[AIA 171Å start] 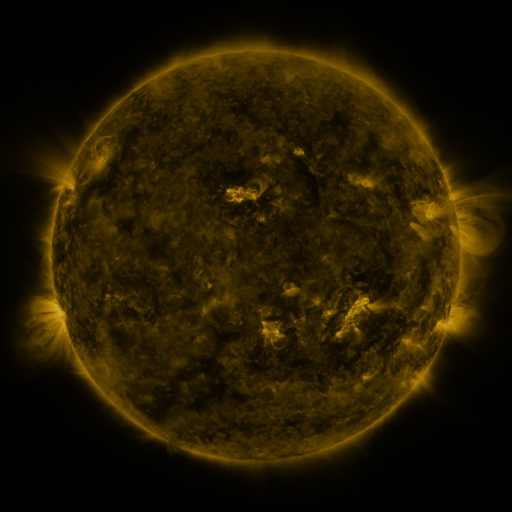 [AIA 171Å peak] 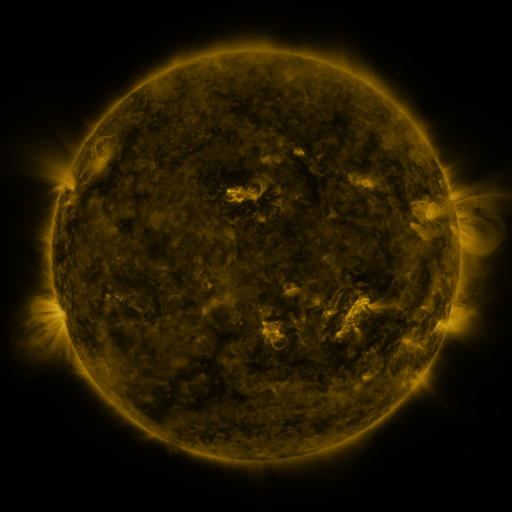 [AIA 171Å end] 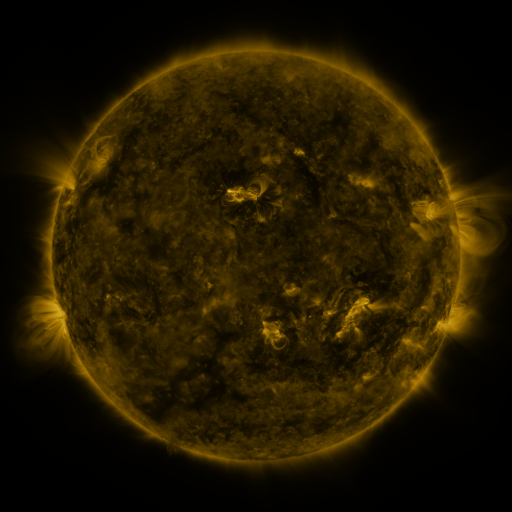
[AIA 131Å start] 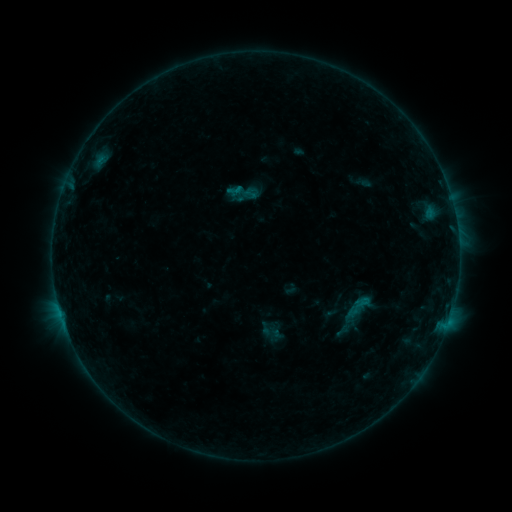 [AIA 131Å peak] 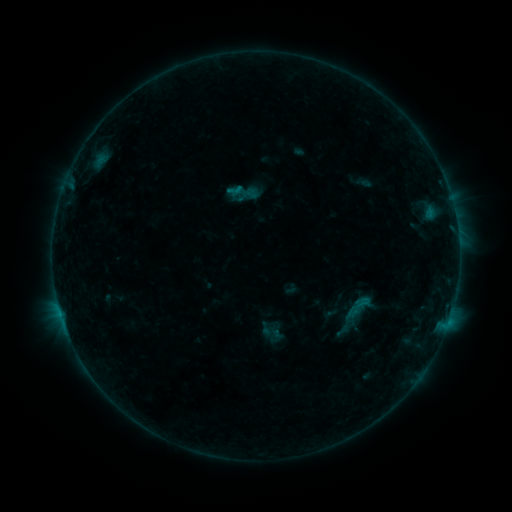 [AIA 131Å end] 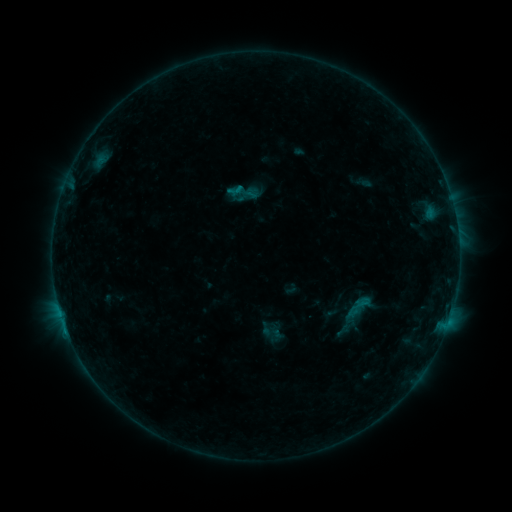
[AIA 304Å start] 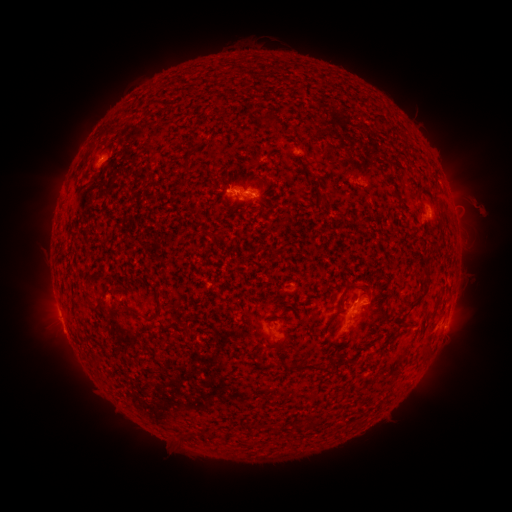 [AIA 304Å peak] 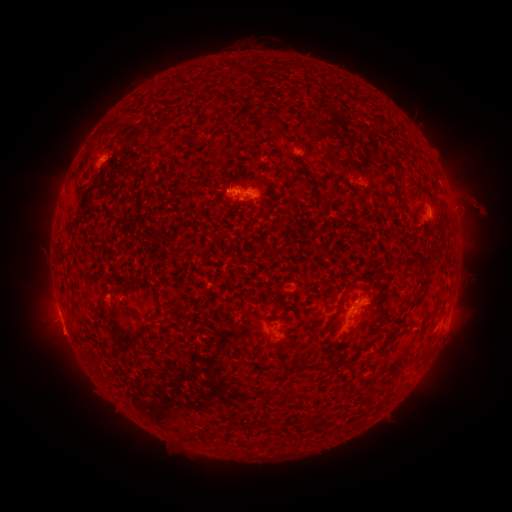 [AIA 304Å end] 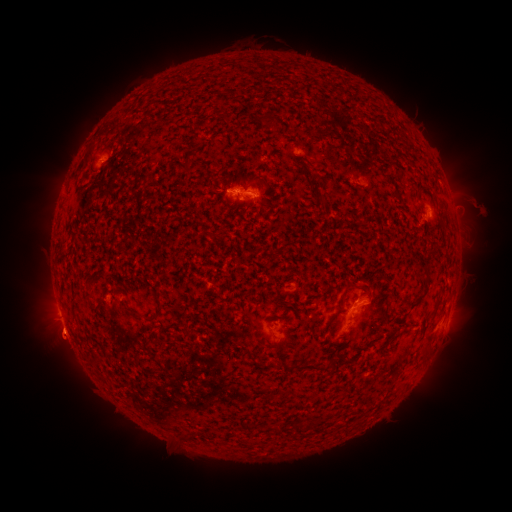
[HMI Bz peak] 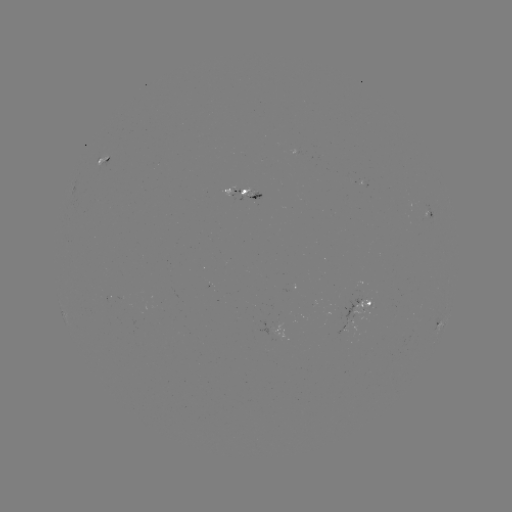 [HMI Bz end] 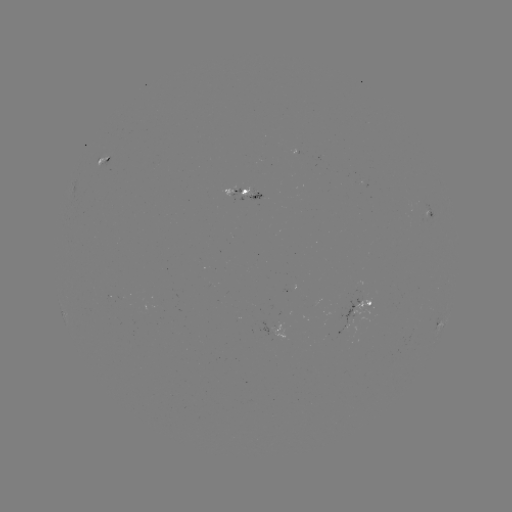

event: eruption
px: (63, 336)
